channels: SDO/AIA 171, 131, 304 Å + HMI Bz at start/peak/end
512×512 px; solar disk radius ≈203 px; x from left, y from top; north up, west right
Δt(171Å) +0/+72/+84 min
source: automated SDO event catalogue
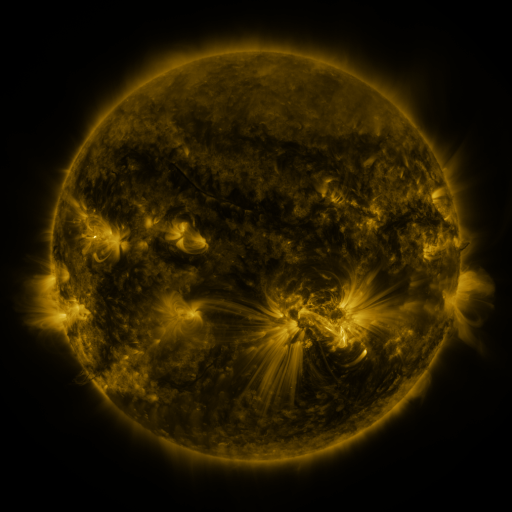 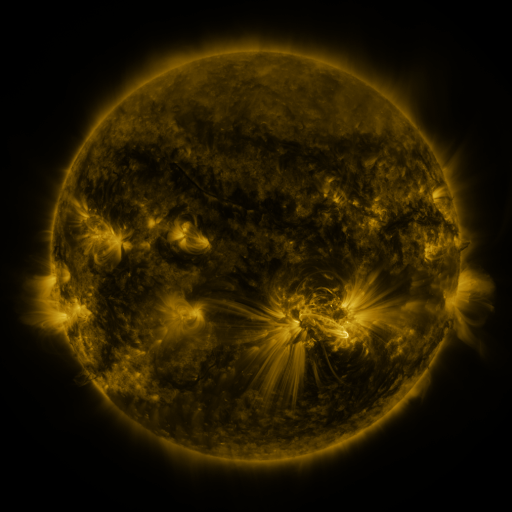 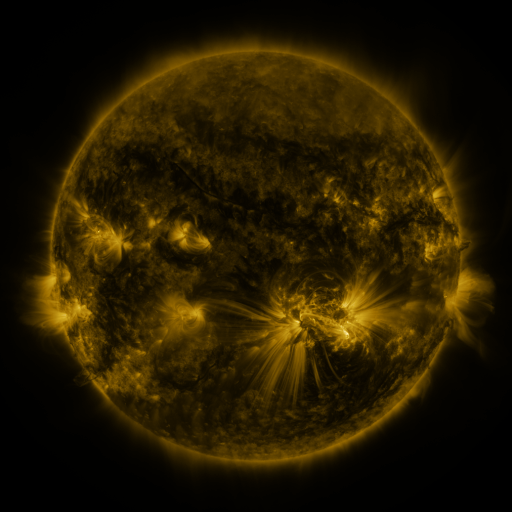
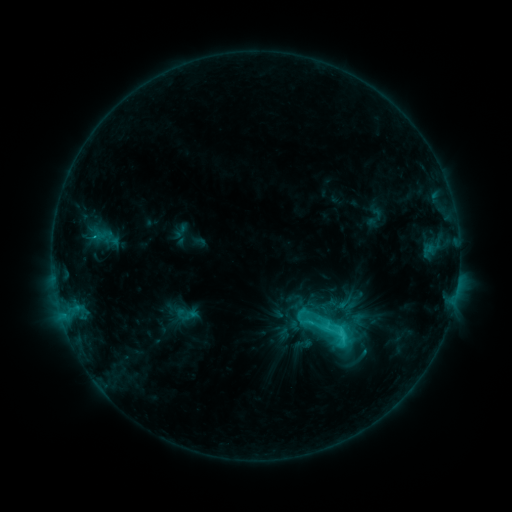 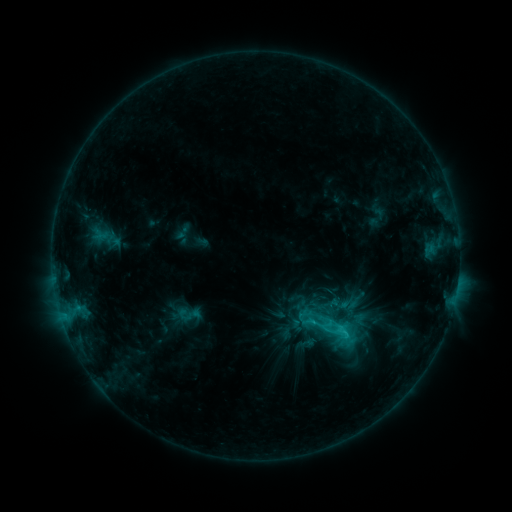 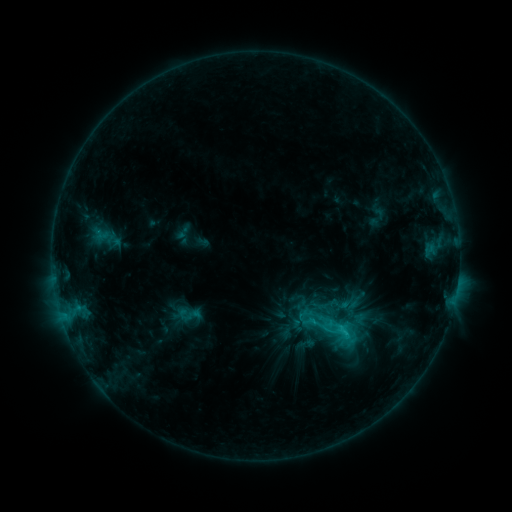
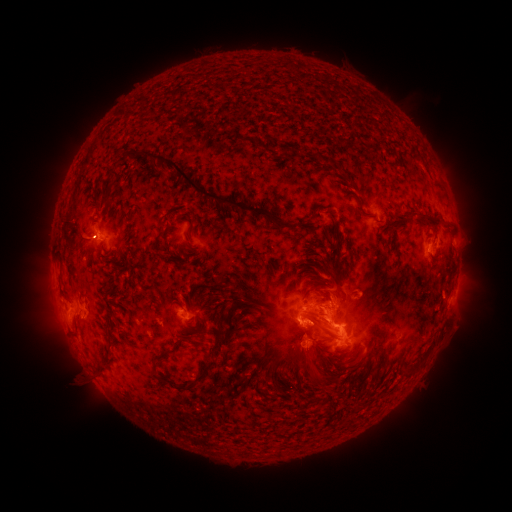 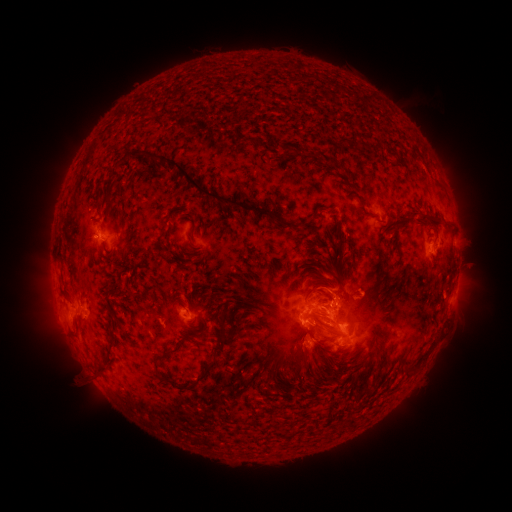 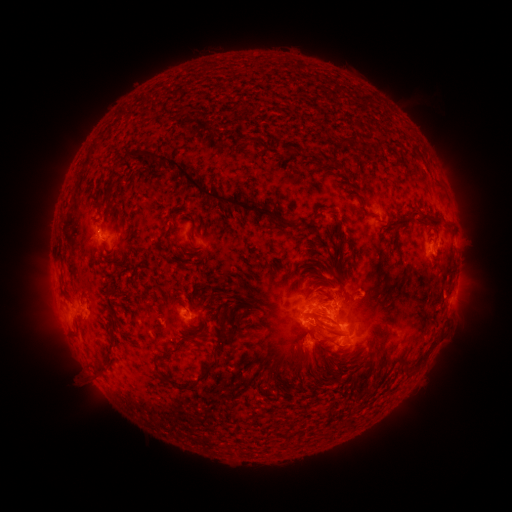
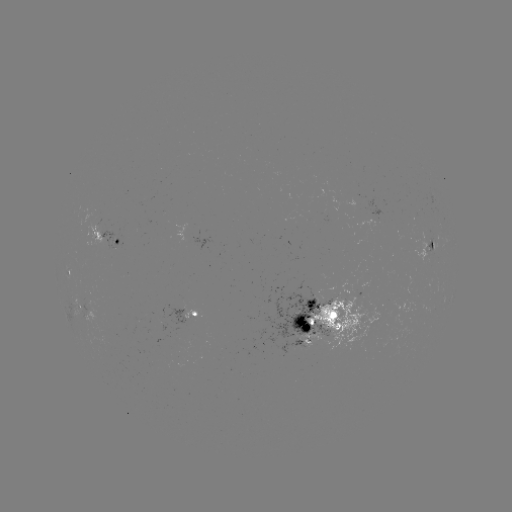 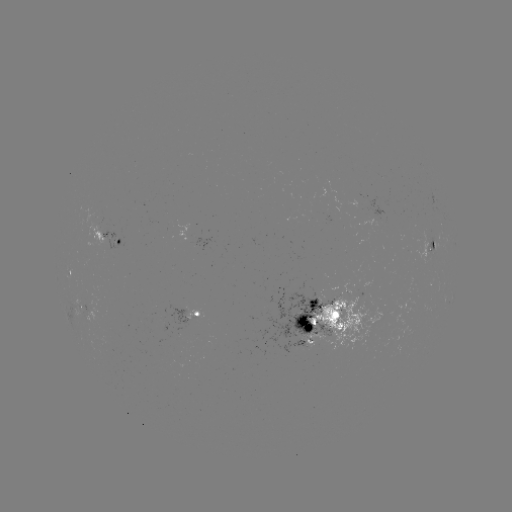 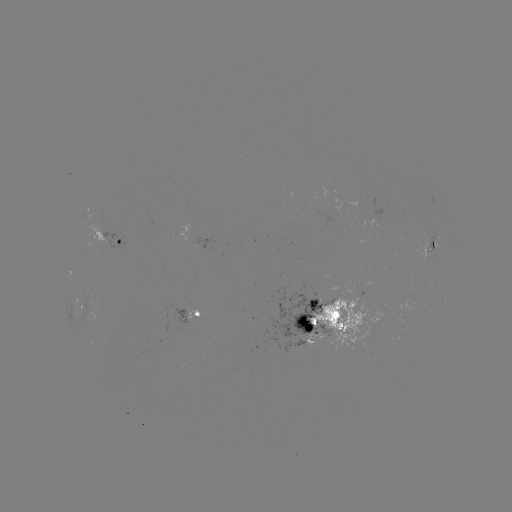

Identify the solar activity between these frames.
emerging-flux region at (118, 238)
